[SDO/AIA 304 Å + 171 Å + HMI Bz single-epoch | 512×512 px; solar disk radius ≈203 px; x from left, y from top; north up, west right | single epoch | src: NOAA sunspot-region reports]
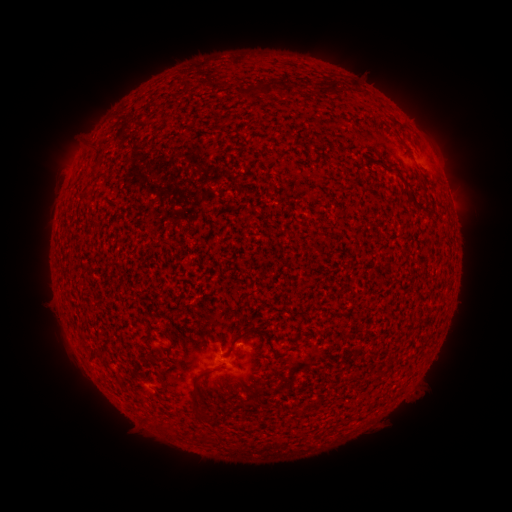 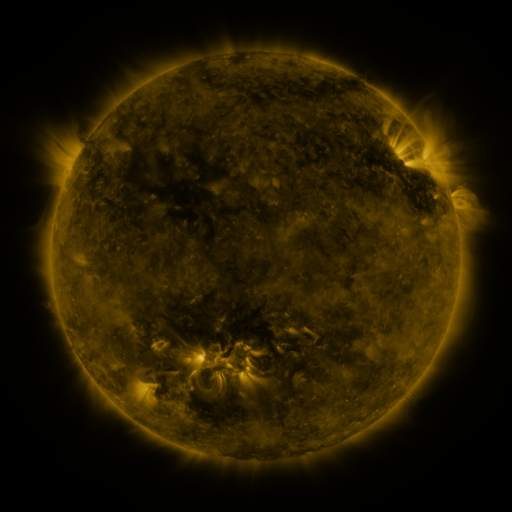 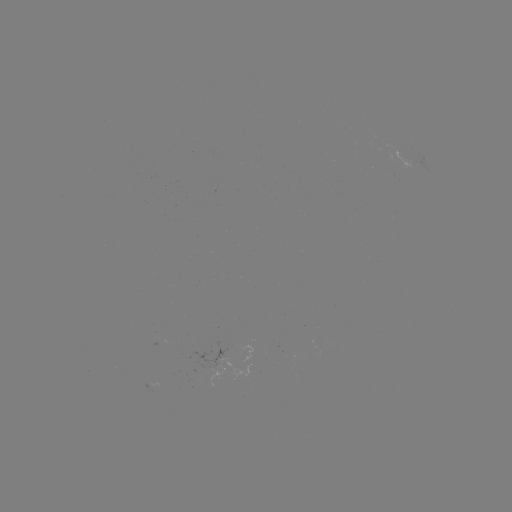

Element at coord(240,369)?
spotted active region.